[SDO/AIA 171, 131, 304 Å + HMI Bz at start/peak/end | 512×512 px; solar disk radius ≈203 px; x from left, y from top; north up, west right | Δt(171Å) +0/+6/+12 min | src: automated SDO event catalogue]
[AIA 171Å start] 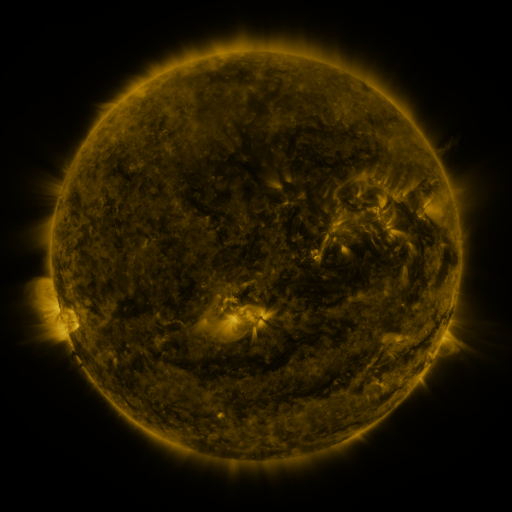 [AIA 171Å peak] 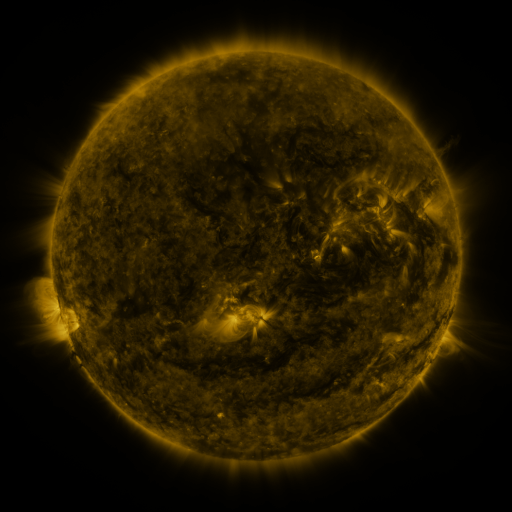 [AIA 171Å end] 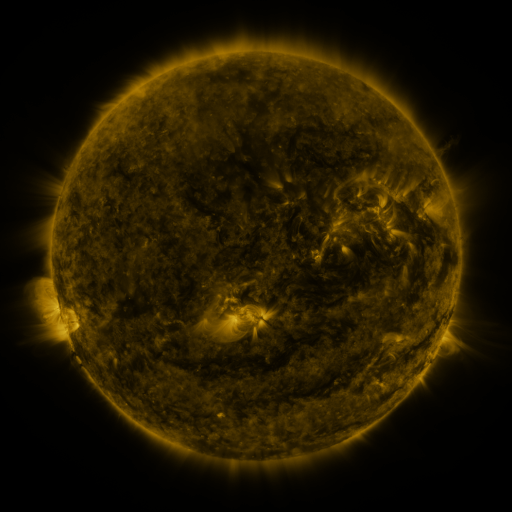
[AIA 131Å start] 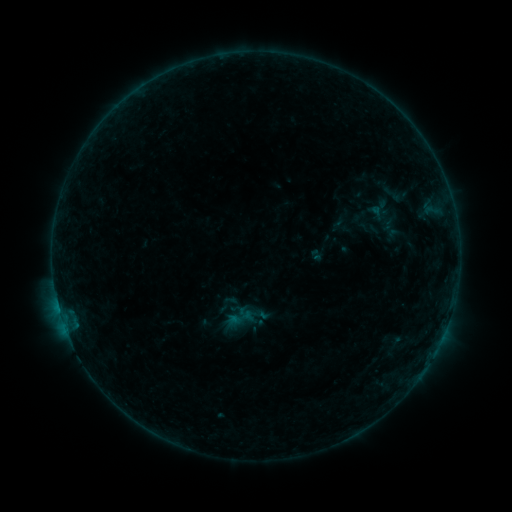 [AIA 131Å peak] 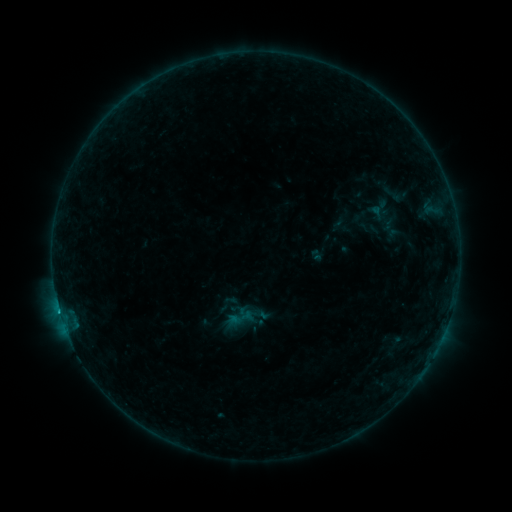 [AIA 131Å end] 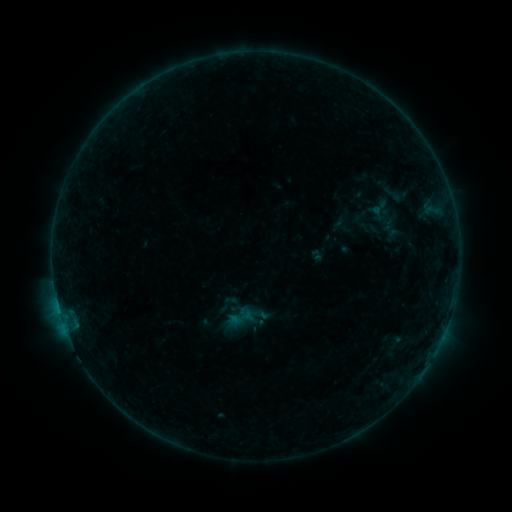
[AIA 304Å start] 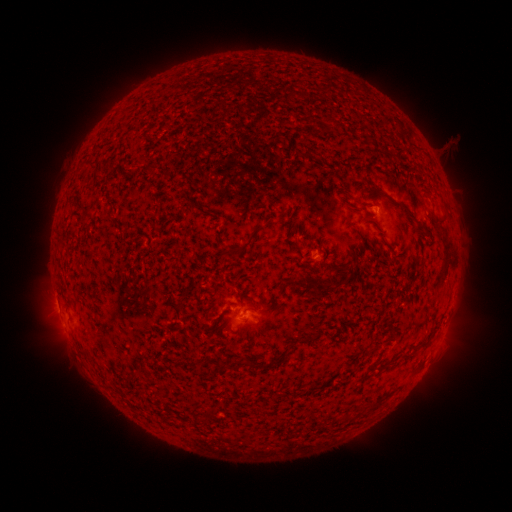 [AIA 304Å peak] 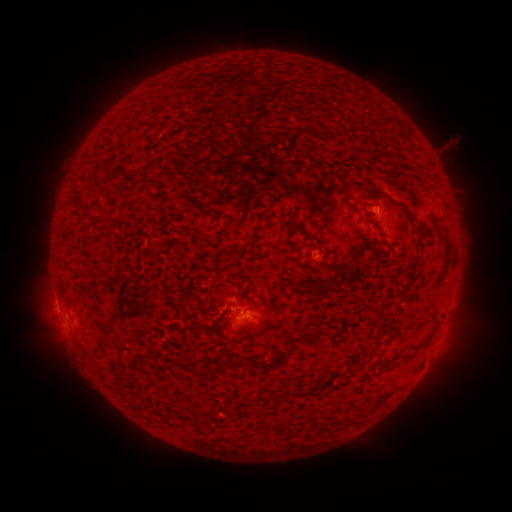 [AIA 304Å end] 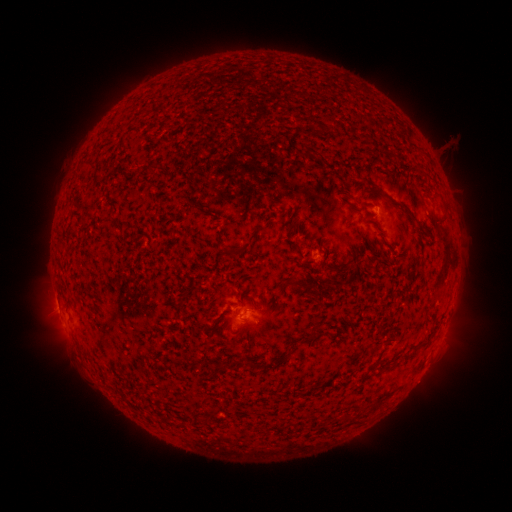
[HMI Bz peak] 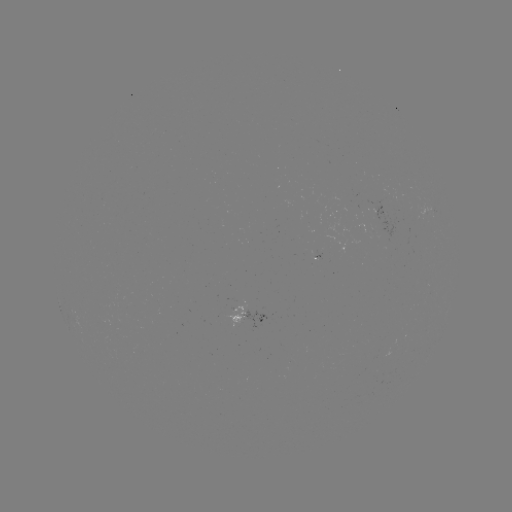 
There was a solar flare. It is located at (245, 318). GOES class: B2.6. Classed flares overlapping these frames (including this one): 1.